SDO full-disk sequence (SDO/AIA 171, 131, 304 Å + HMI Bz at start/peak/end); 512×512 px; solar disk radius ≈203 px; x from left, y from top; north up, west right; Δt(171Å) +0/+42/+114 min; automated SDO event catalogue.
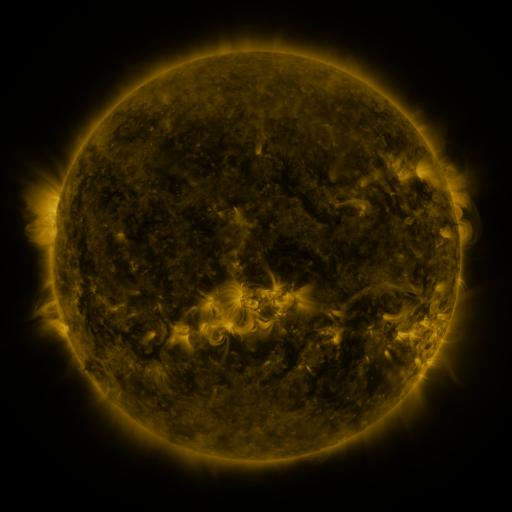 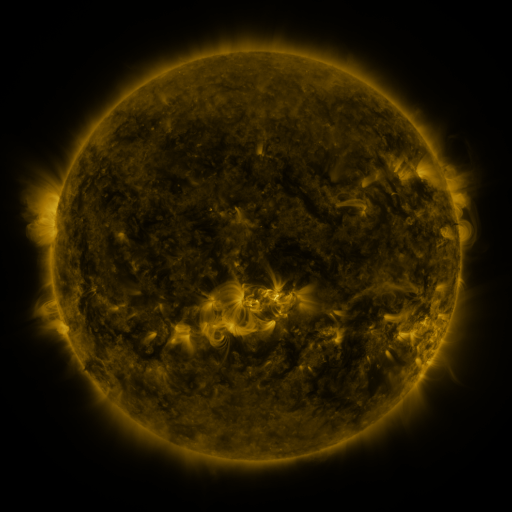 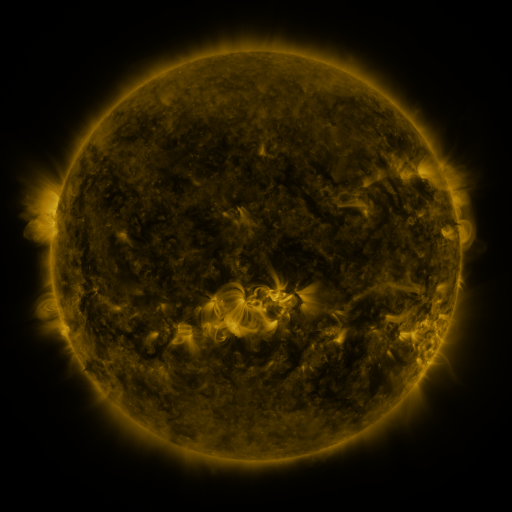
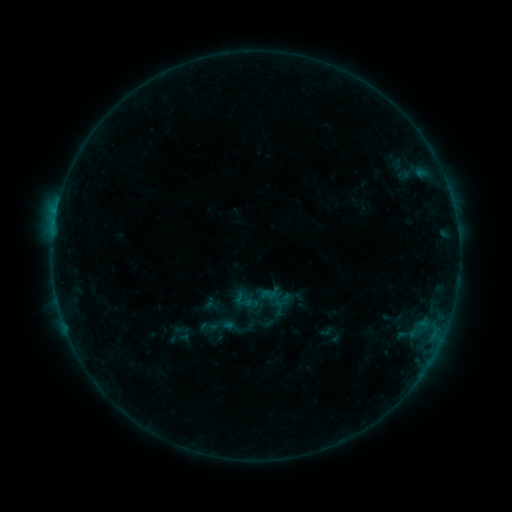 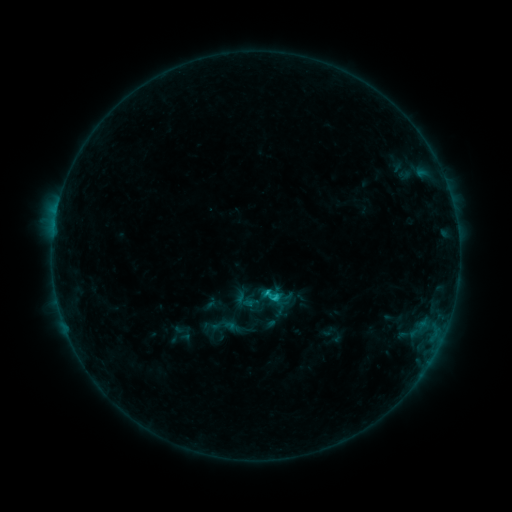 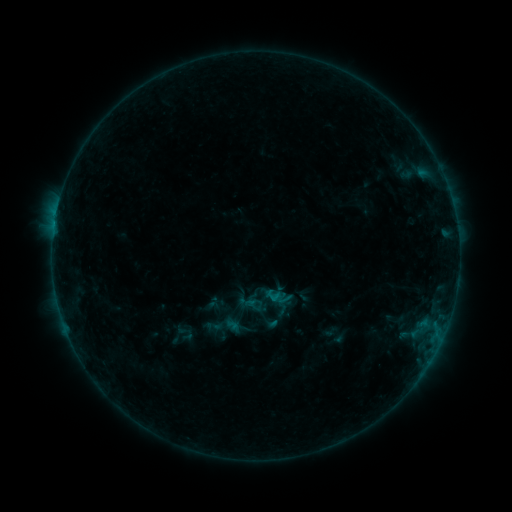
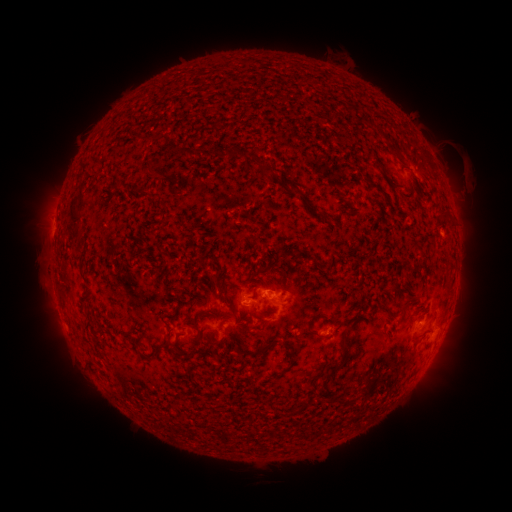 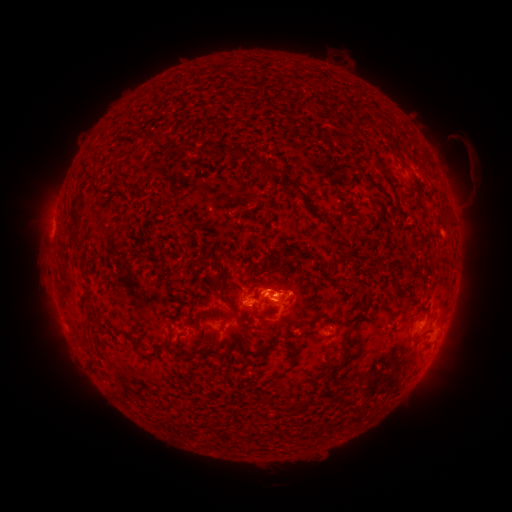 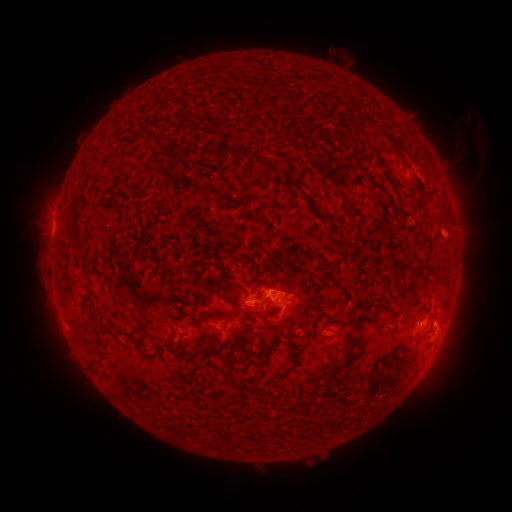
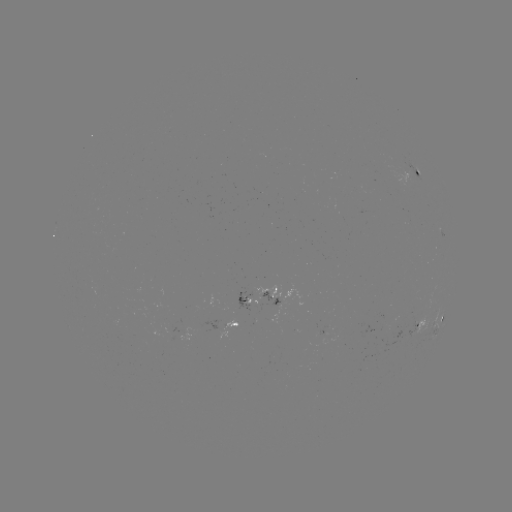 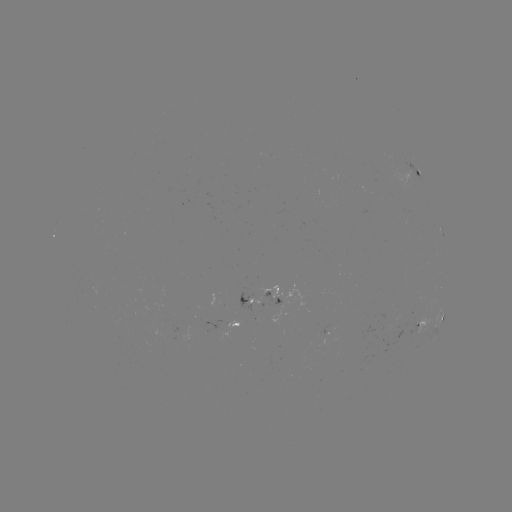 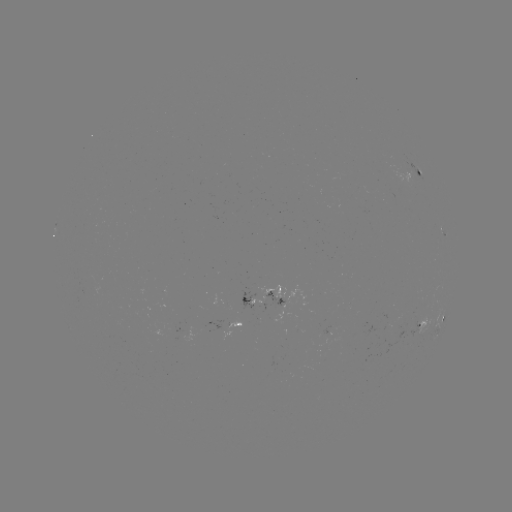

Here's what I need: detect C1.1 flare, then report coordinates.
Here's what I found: C1.1 flare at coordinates [273, 297].